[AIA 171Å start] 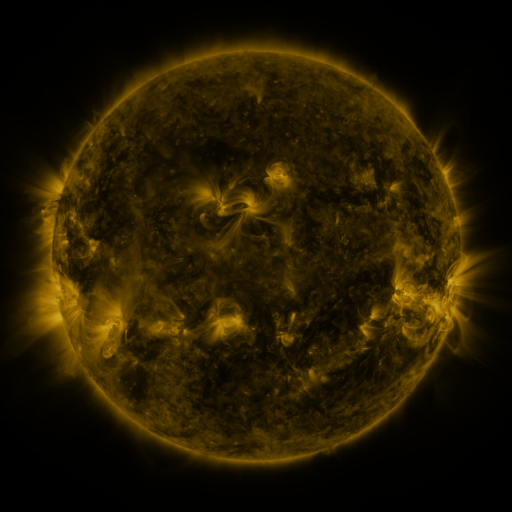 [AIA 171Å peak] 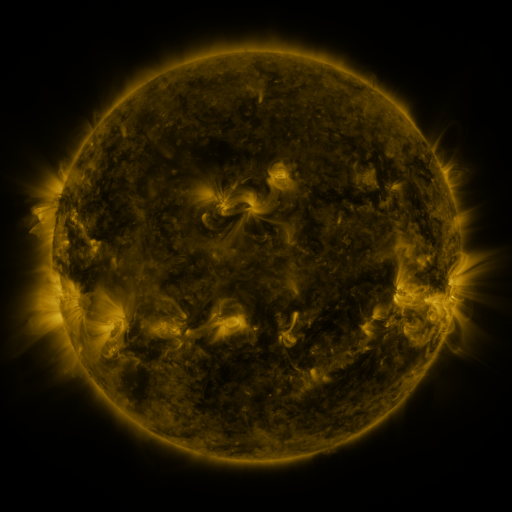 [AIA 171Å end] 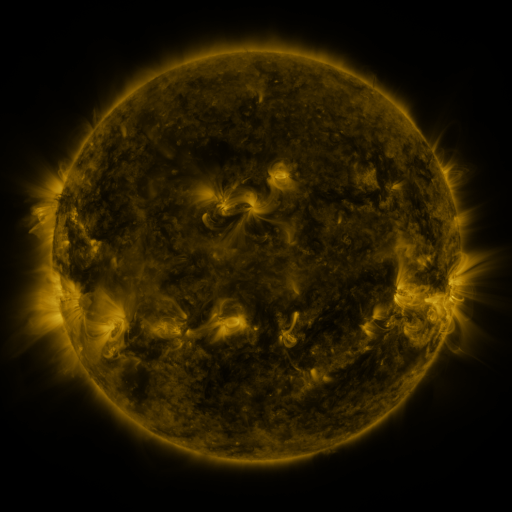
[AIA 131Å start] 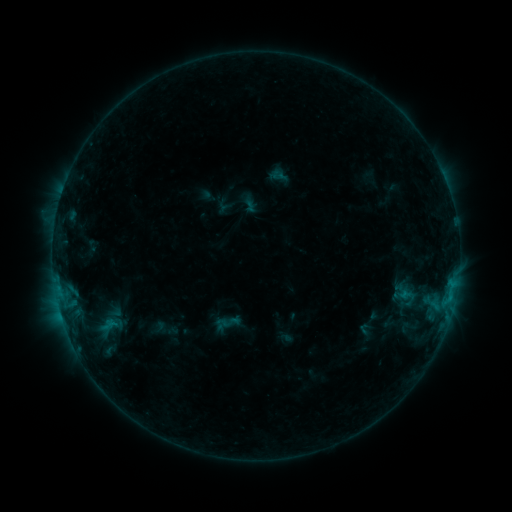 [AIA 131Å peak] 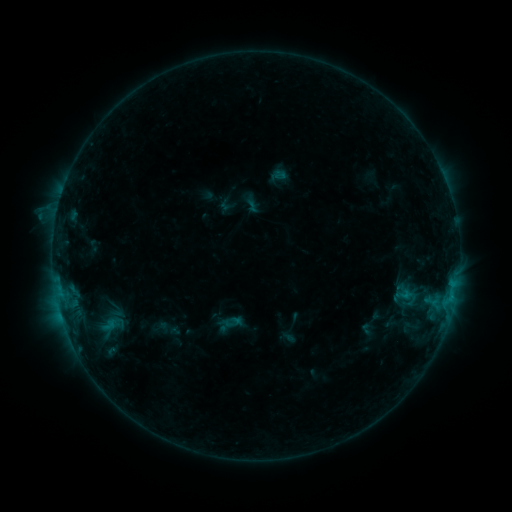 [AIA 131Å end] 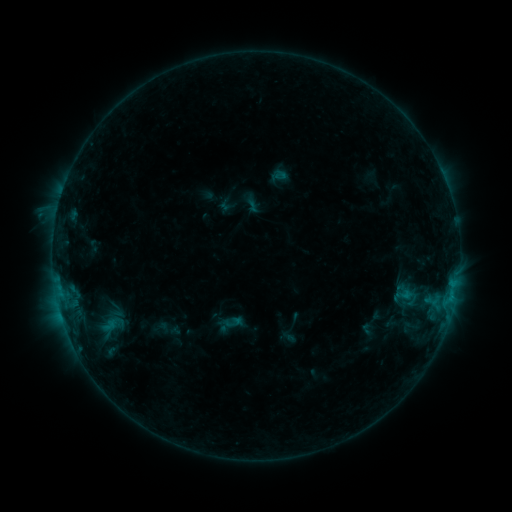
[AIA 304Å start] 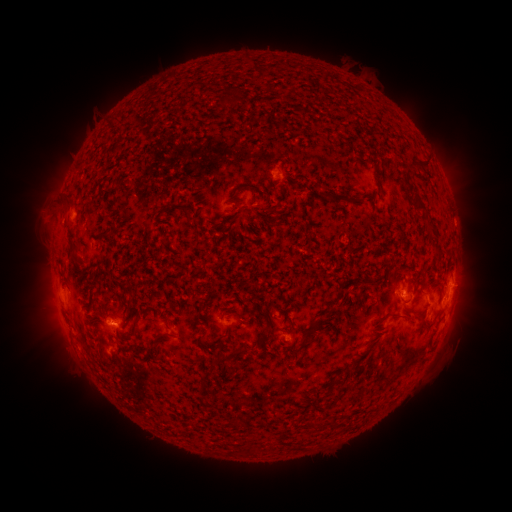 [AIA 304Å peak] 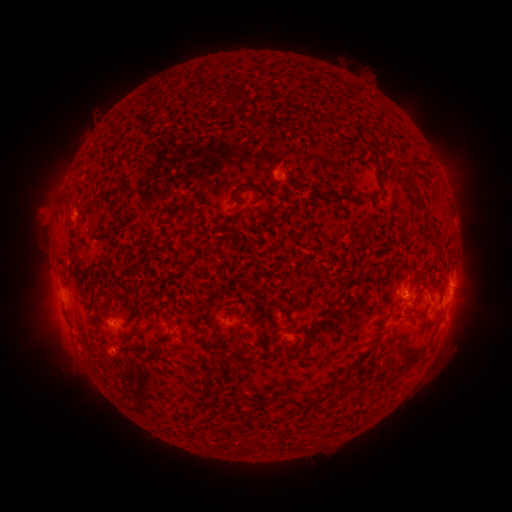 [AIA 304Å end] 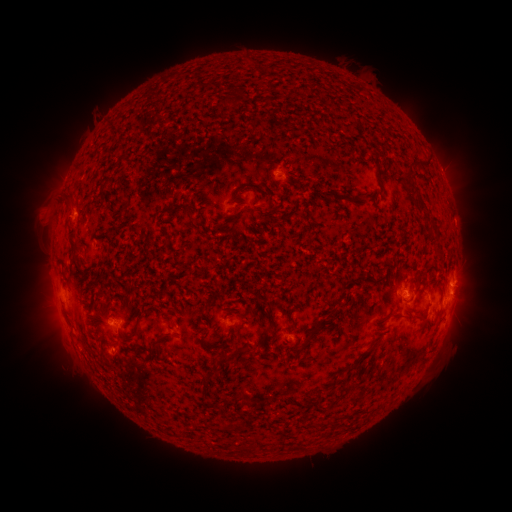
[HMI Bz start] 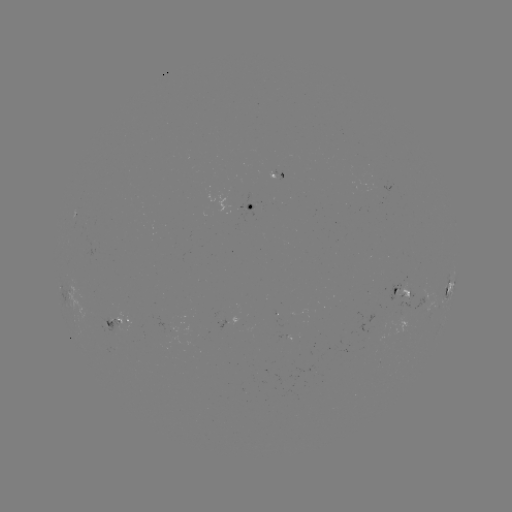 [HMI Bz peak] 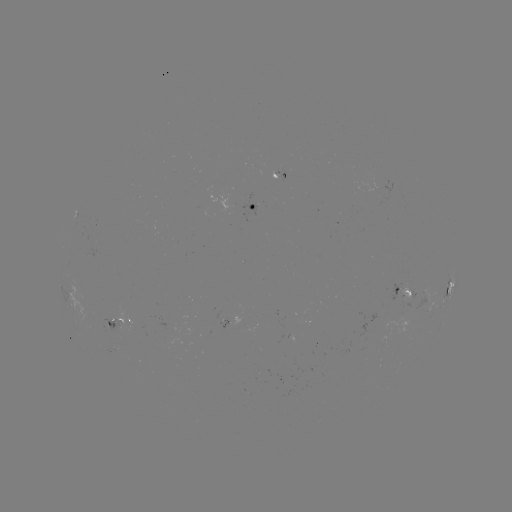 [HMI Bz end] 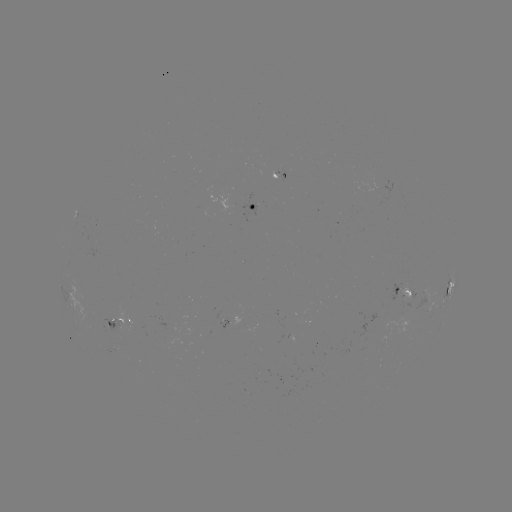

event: emerging-flux region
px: (398, 288)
